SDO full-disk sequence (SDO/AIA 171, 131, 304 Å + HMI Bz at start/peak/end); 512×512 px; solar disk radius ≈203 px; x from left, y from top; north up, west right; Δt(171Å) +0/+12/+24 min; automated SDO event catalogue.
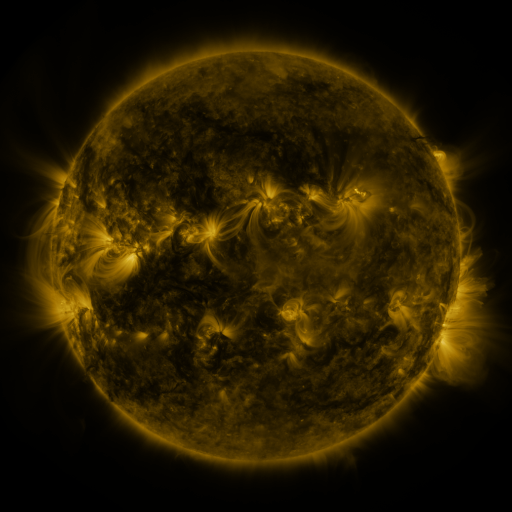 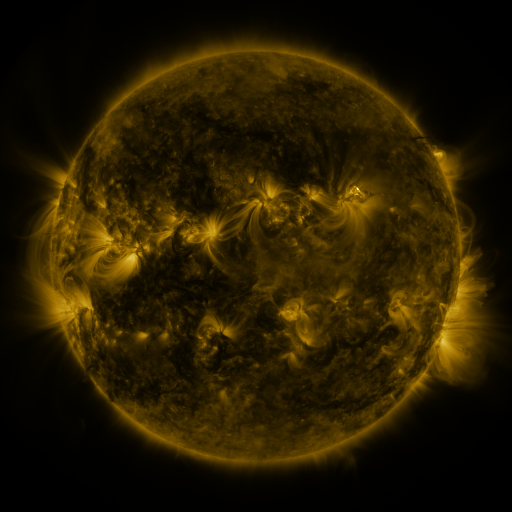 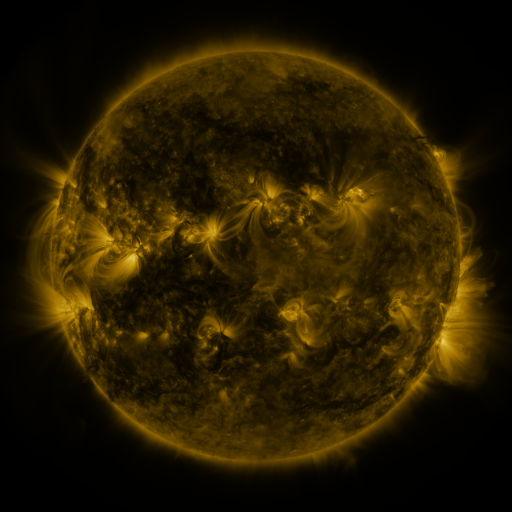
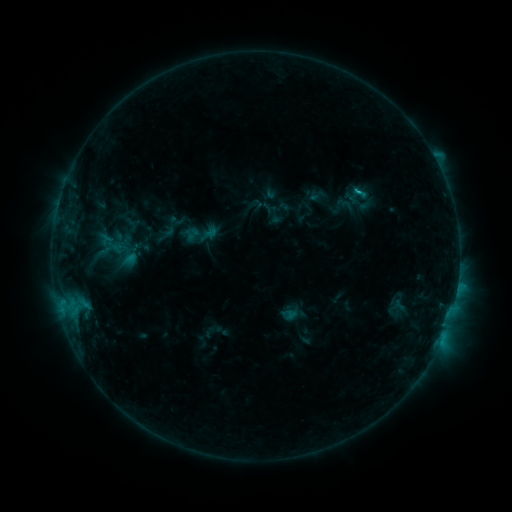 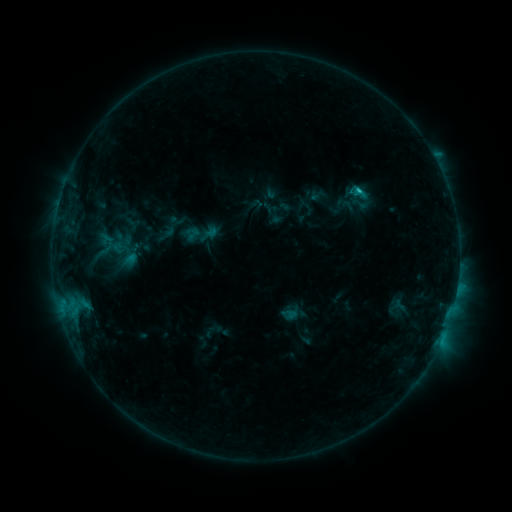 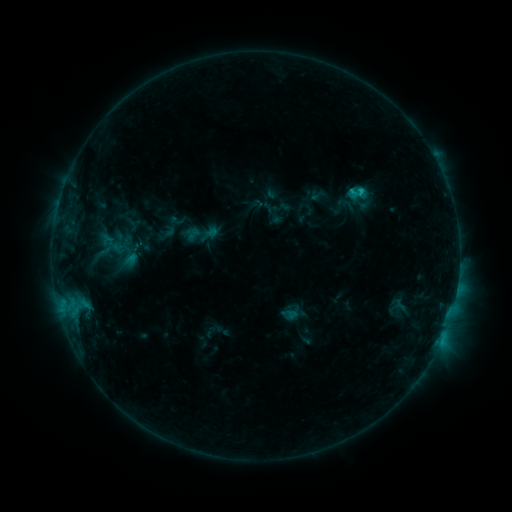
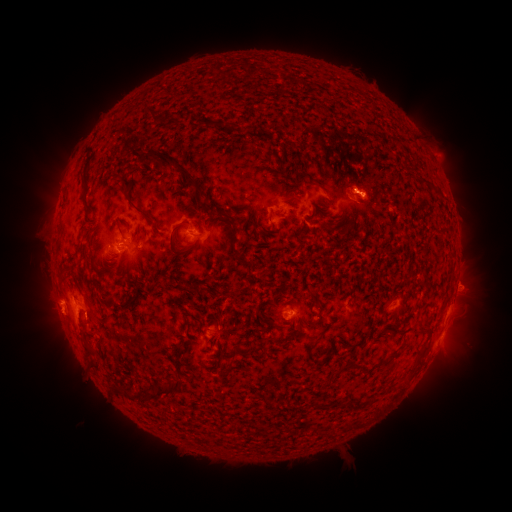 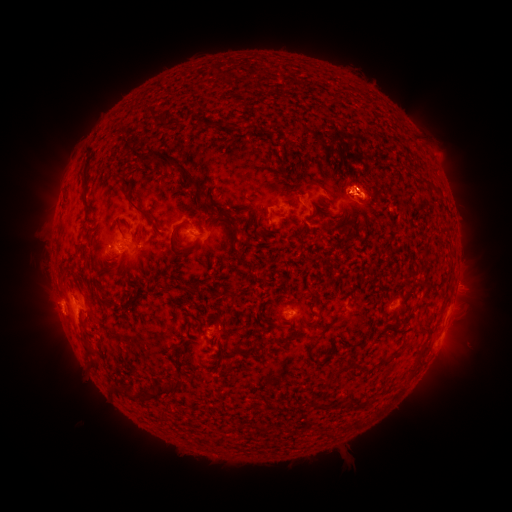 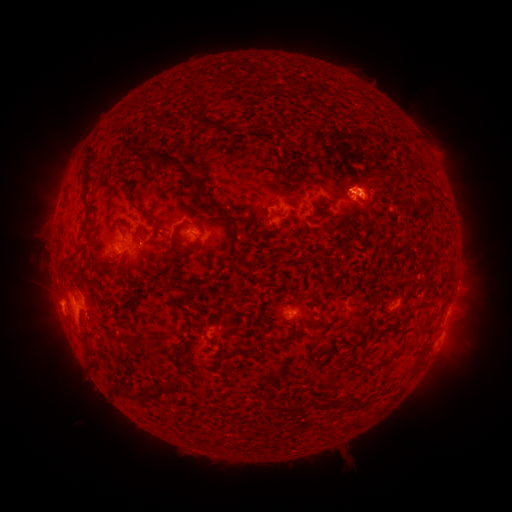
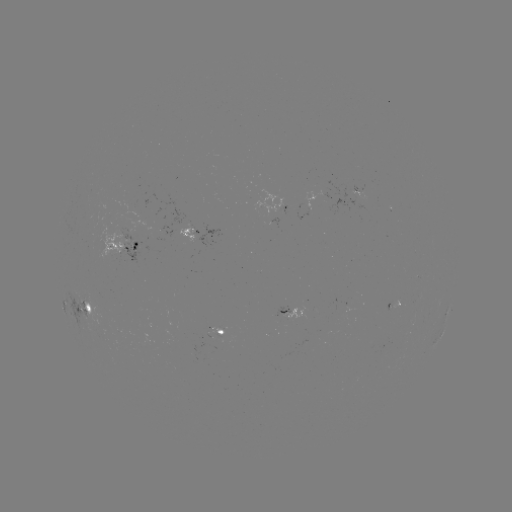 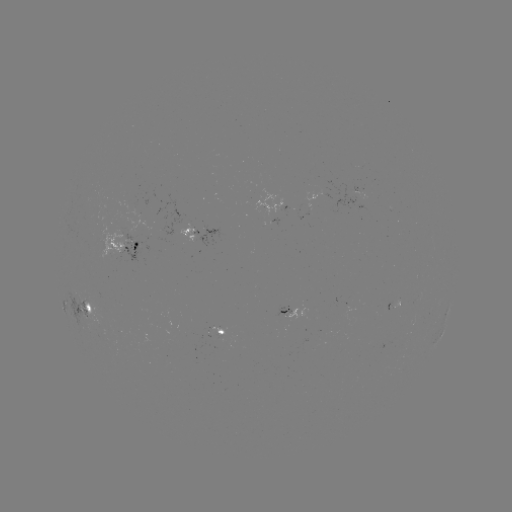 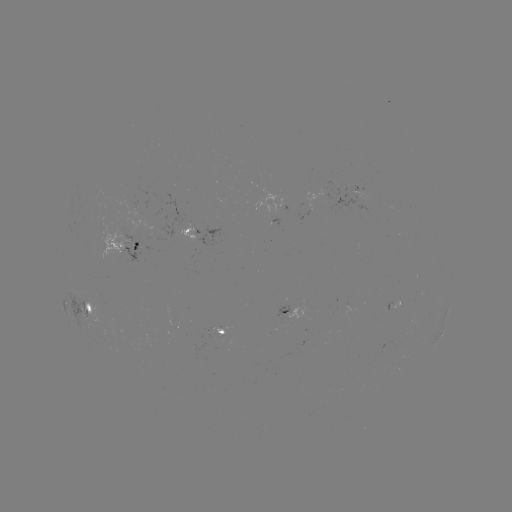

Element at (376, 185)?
eruption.